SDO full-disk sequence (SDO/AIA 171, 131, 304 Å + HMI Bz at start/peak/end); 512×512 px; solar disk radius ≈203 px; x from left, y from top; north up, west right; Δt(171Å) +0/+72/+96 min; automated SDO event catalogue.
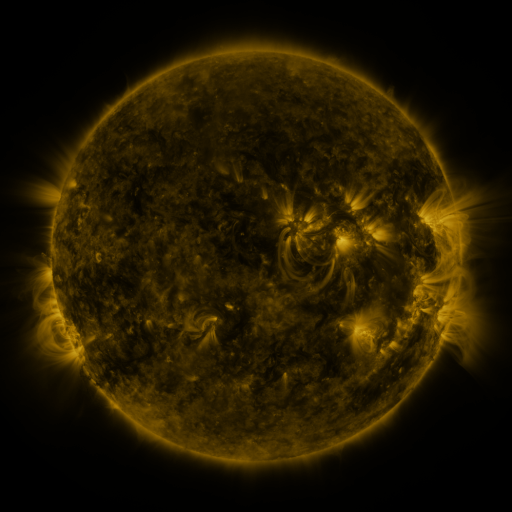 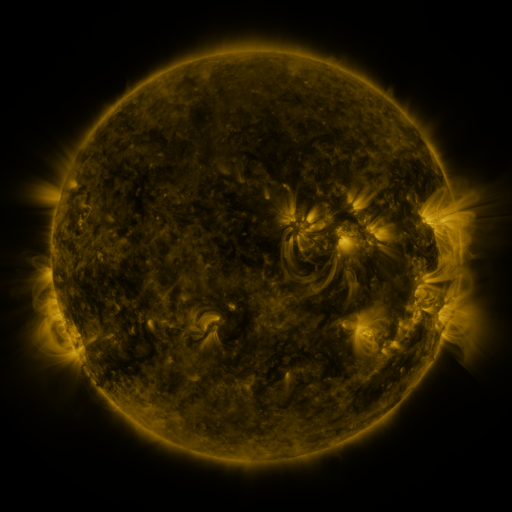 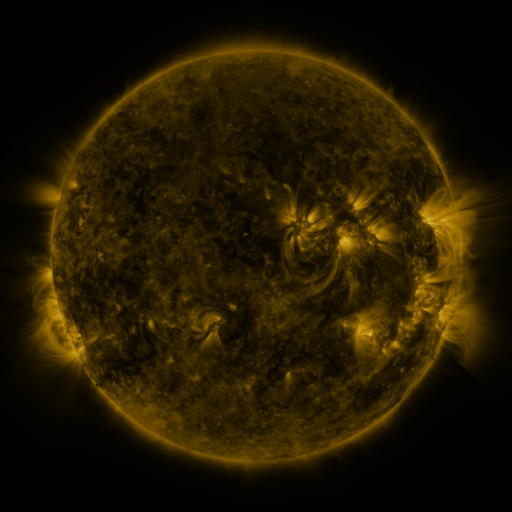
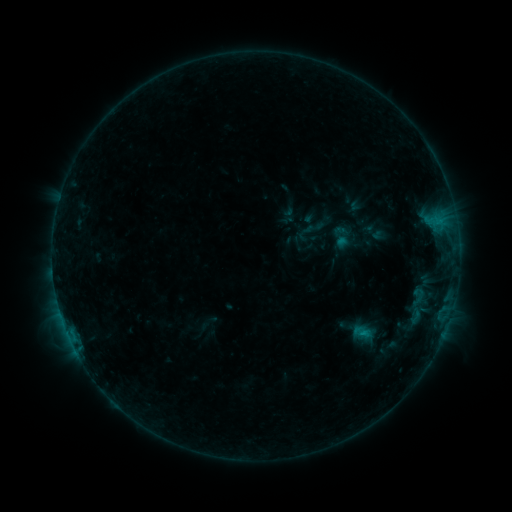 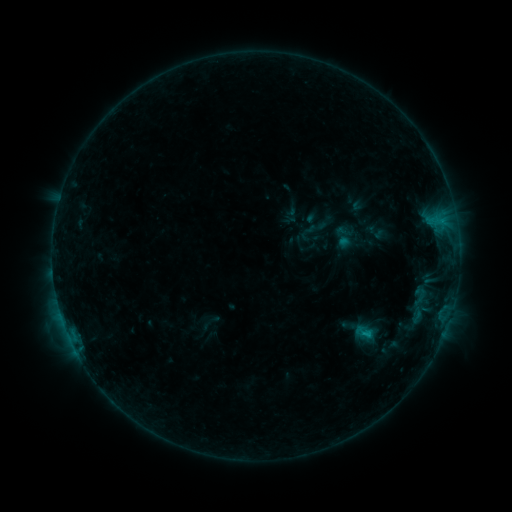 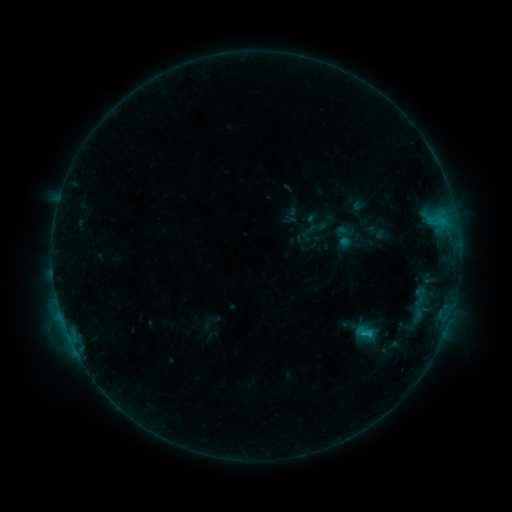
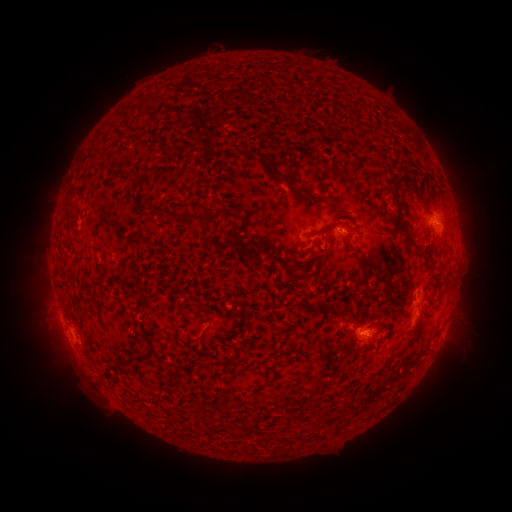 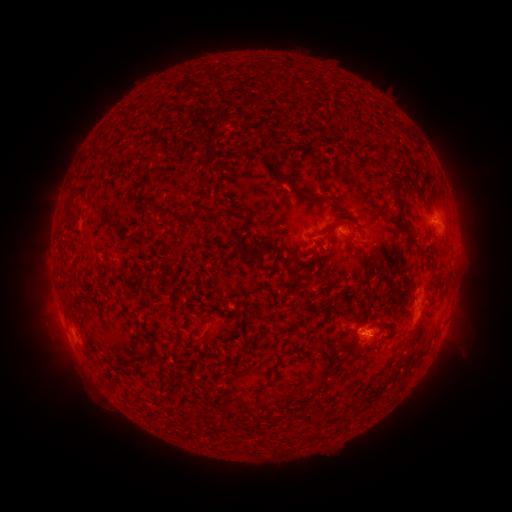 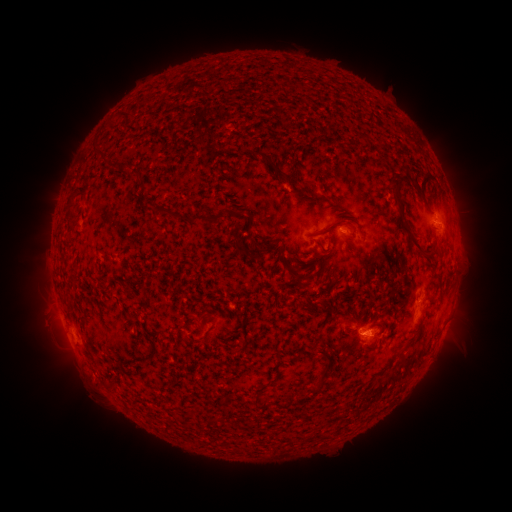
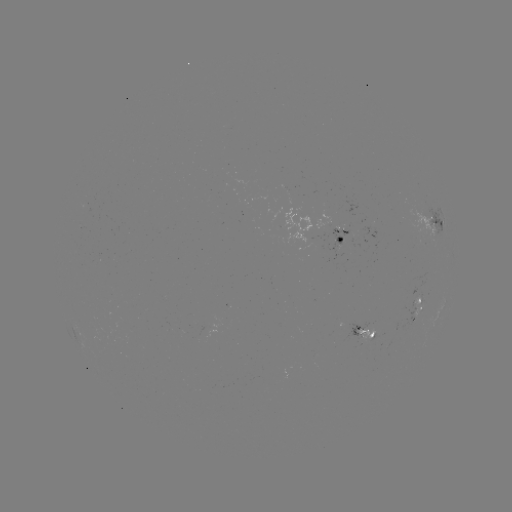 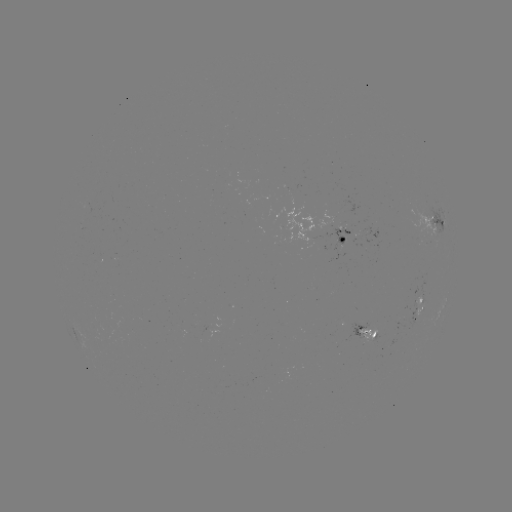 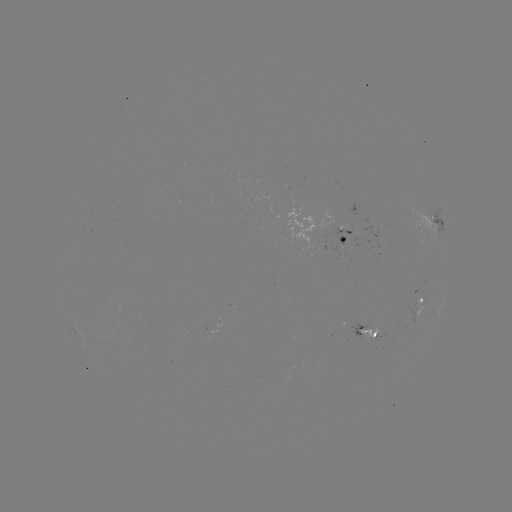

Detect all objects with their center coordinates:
emerging-flux region: (374, 334)
